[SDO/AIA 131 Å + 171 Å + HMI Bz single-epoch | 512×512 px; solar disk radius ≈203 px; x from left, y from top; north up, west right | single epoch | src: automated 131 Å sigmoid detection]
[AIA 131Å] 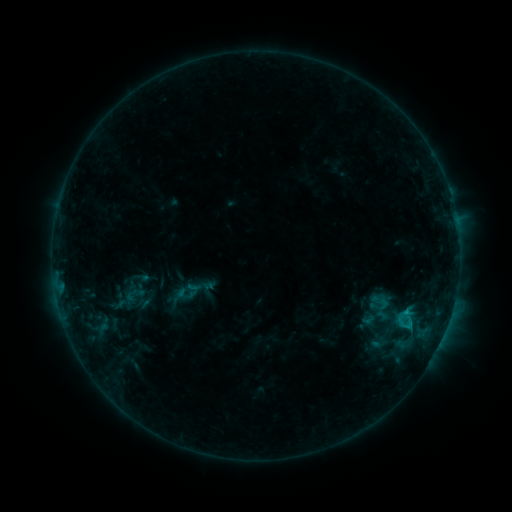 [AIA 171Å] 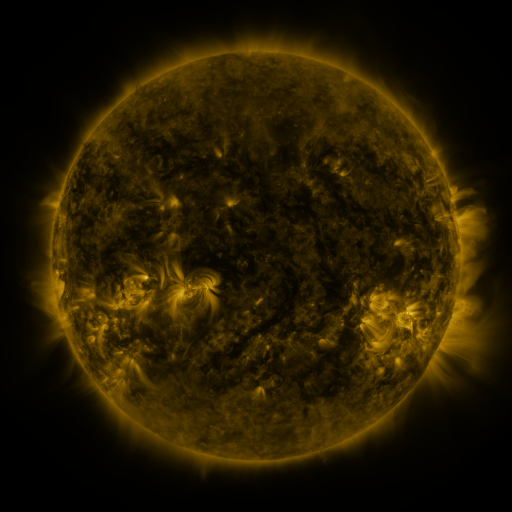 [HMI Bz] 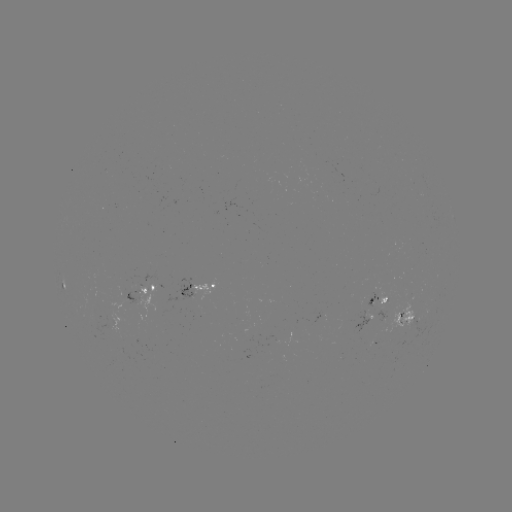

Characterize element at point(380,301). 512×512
sigmoid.